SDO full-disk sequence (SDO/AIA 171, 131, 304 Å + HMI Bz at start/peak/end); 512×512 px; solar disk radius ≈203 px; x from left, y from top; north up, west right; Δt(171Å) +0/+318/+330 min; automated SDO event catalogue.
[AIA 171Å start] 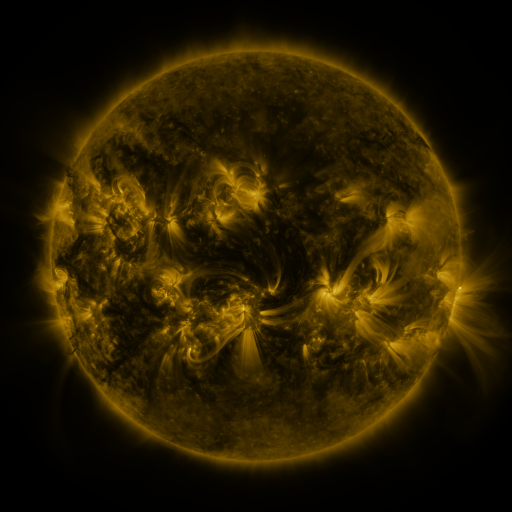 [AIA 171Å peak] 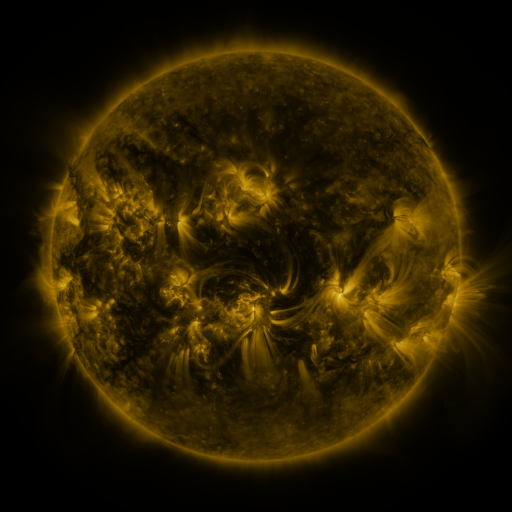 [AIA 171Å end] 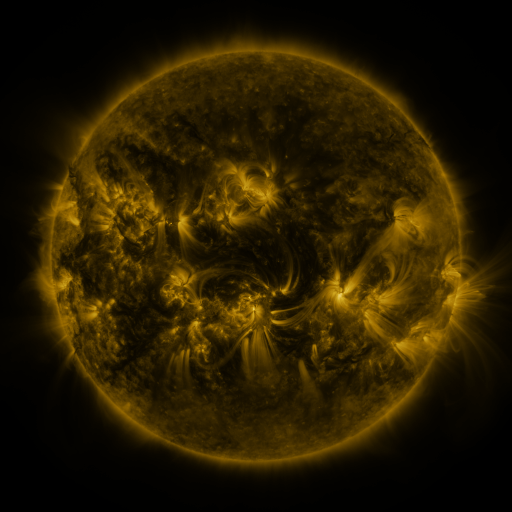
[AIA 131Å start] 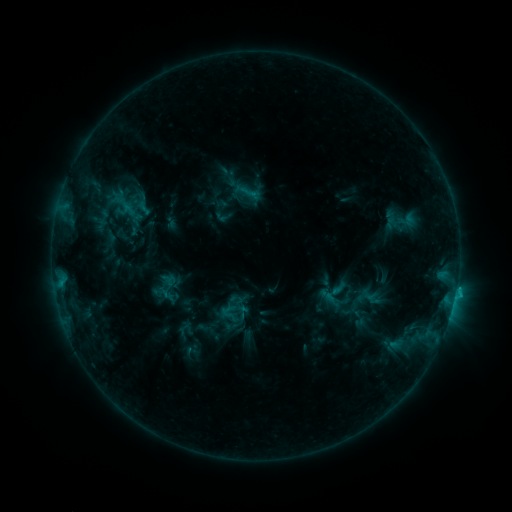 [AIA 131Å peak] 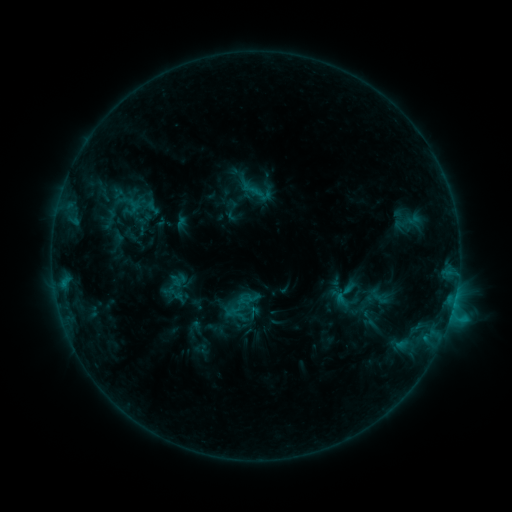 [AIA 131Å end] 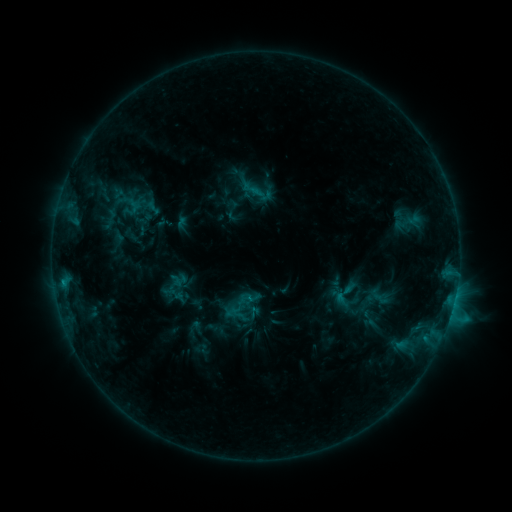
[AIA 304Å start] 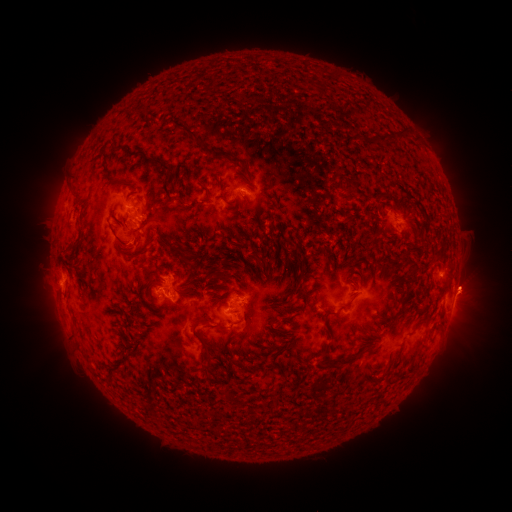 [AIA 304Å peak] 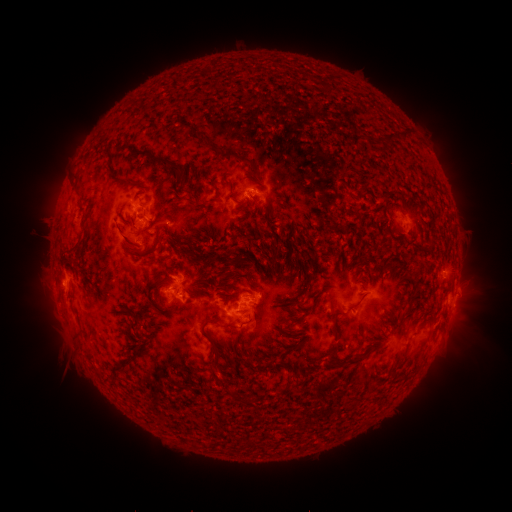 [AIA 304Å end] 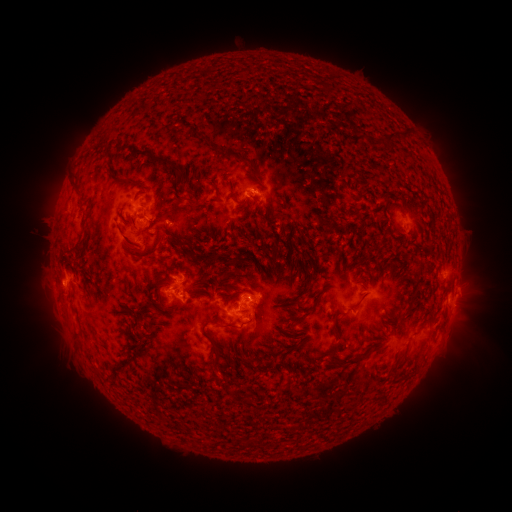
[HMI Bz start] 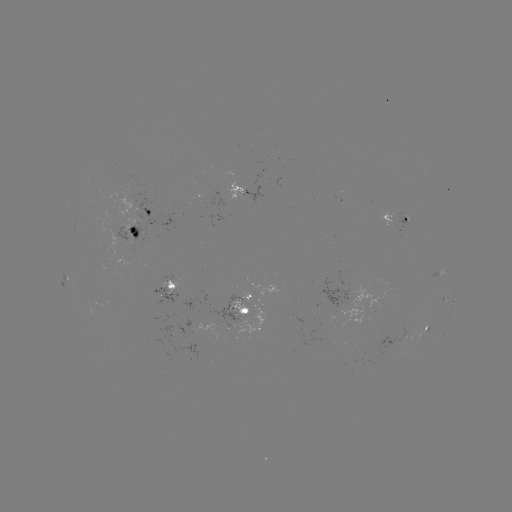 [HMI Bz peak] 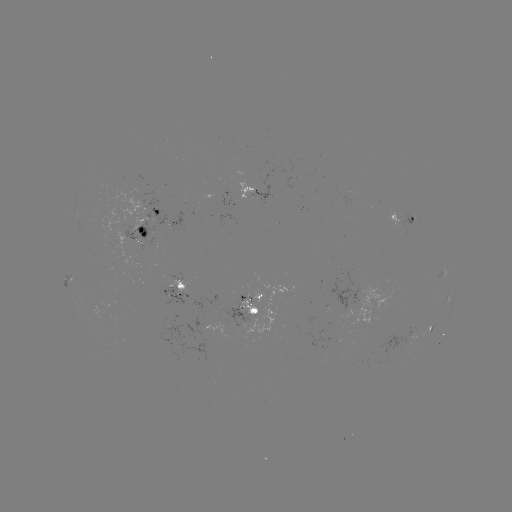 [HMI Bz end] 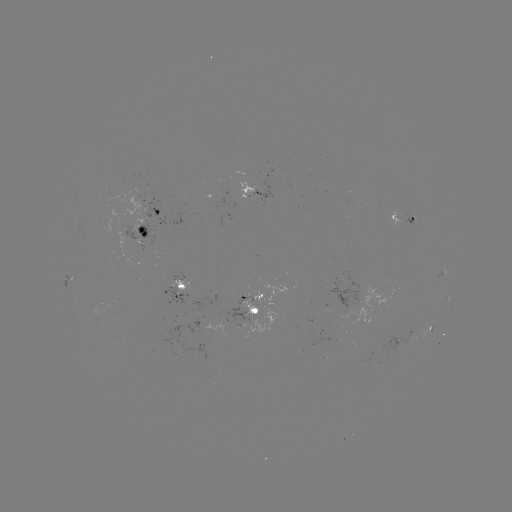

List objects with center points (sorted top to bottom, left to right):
emerging-flux region: (241, 302)
